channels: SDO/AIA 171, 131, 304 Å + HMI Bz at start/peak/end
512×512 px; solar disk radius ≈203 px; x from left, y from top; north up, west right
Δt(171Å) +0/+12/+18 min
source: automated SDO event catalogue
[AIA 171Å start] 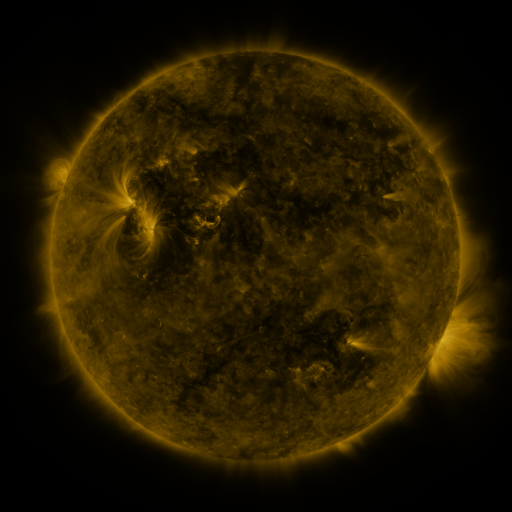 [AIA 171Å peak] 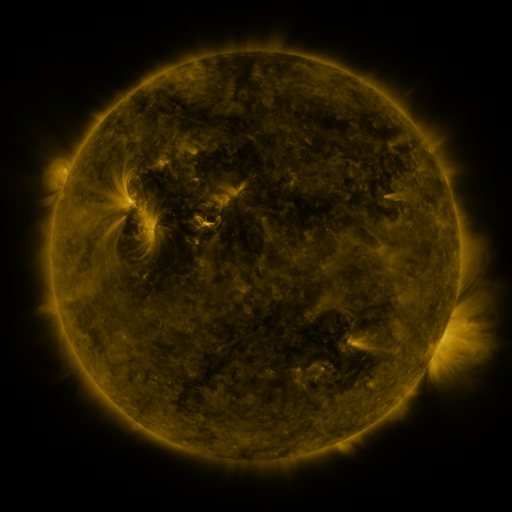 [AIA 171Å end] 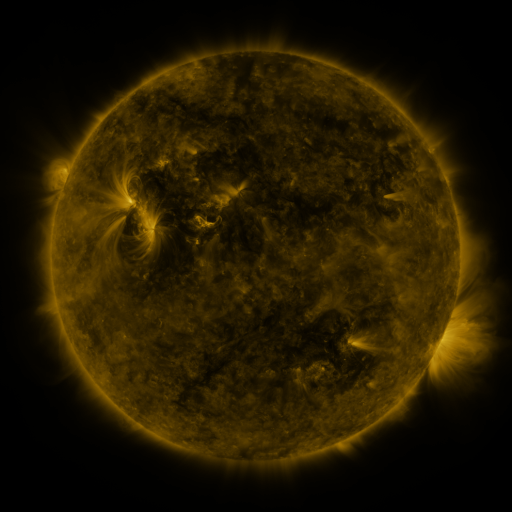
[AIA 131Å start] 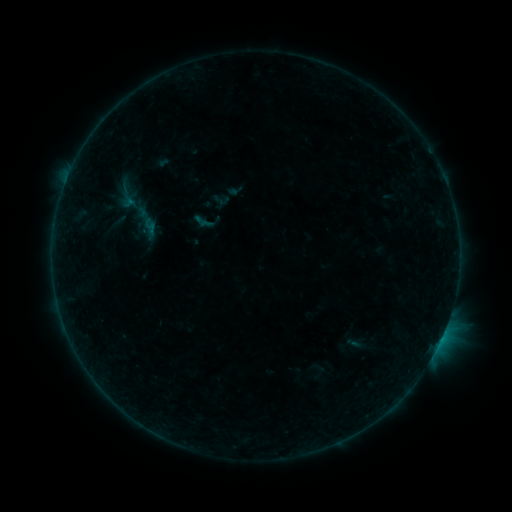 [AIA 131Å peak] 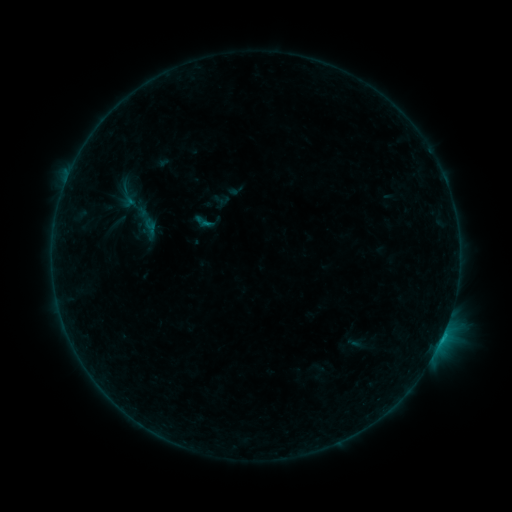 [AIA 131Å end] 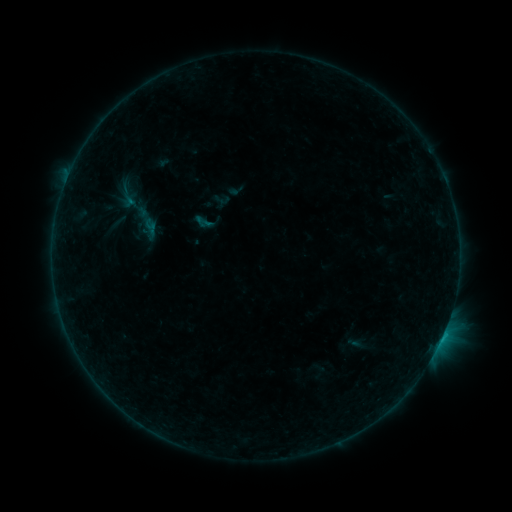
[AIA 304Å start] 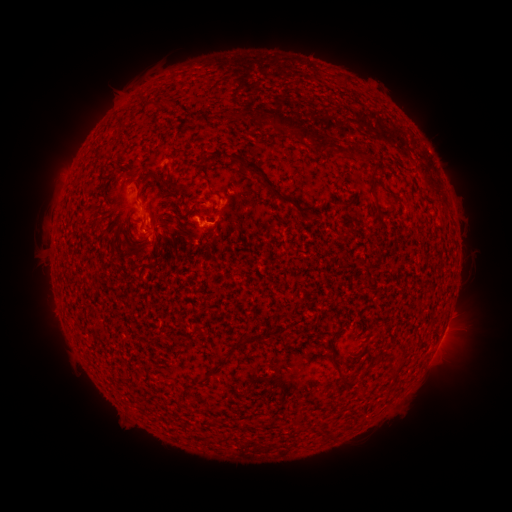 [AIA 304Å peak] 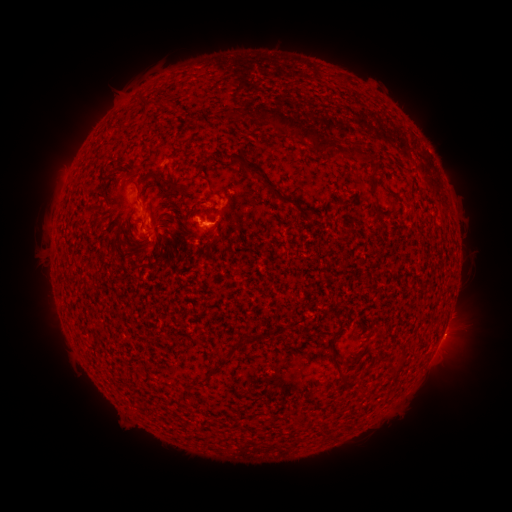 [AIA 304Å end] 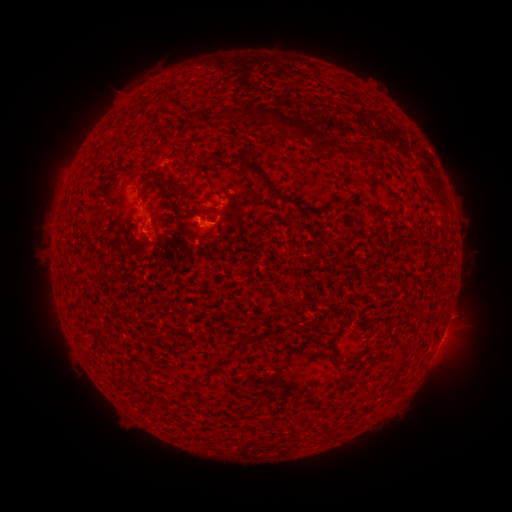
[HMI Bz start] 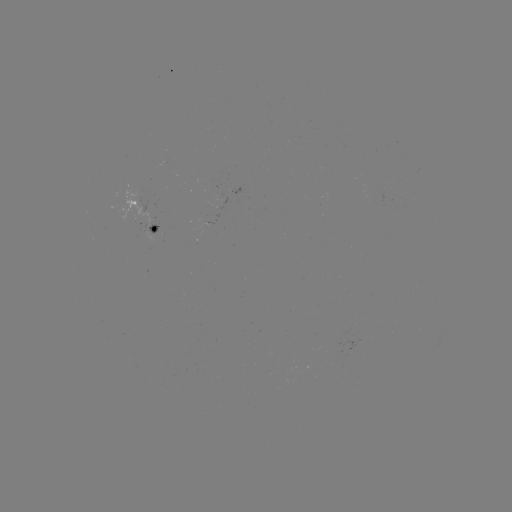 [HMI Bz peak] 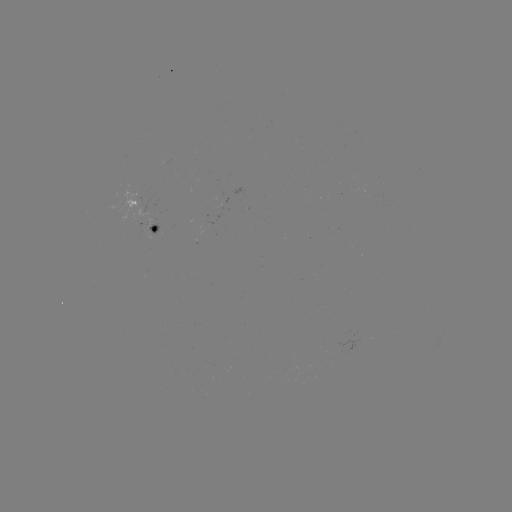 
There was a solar flare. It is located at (208, 226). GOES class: B4.5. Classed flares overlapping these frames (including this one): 1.